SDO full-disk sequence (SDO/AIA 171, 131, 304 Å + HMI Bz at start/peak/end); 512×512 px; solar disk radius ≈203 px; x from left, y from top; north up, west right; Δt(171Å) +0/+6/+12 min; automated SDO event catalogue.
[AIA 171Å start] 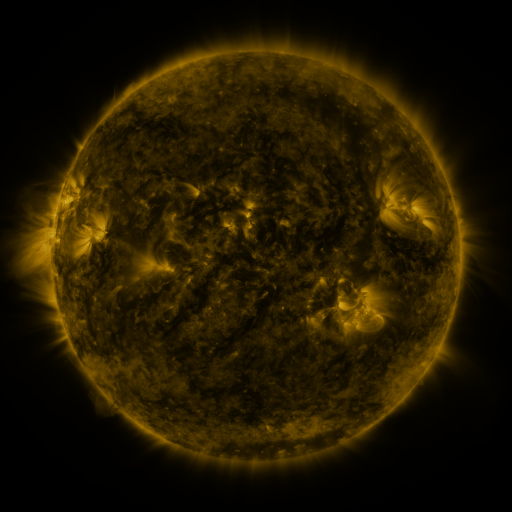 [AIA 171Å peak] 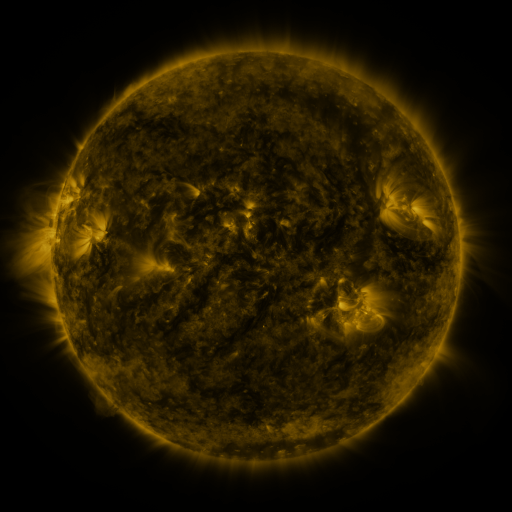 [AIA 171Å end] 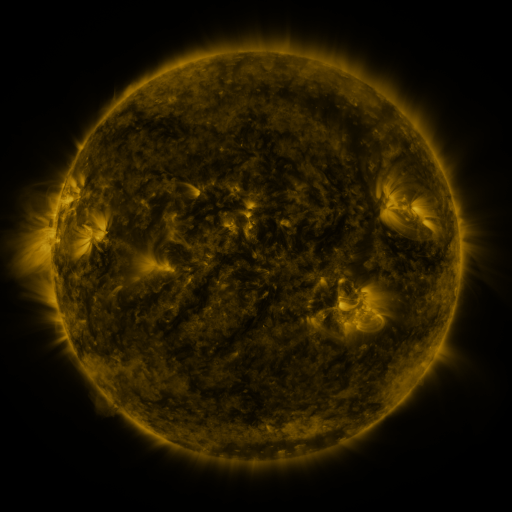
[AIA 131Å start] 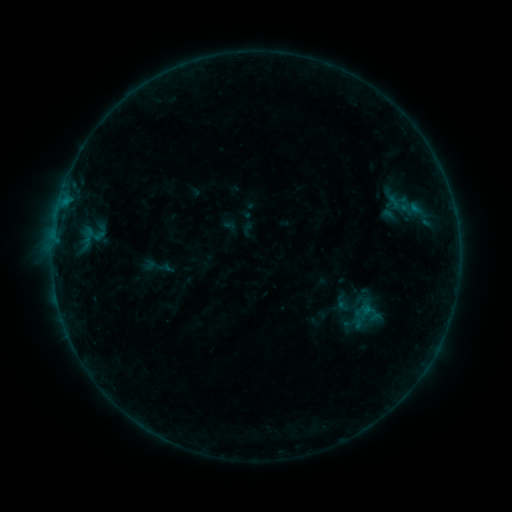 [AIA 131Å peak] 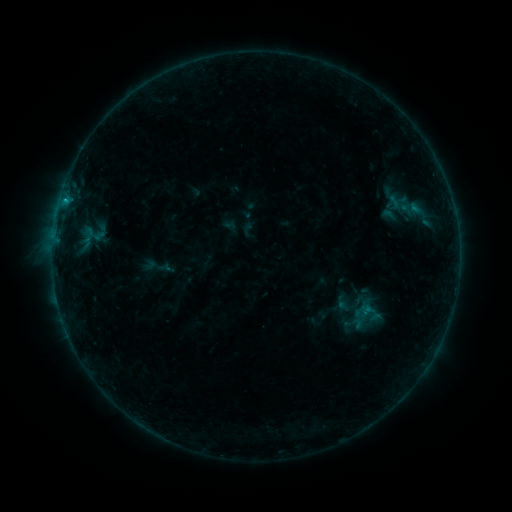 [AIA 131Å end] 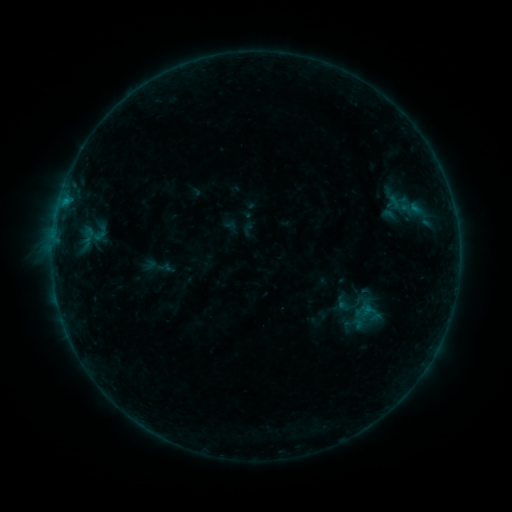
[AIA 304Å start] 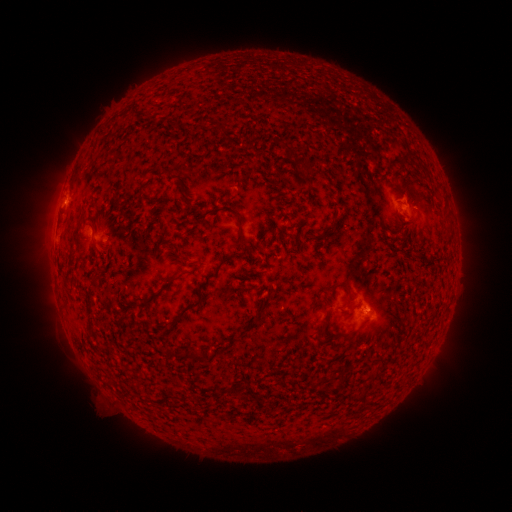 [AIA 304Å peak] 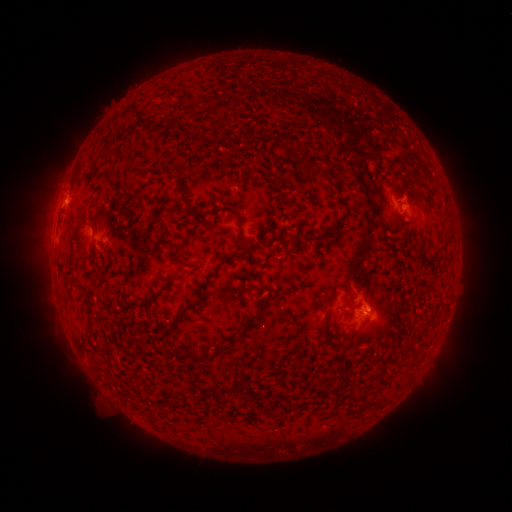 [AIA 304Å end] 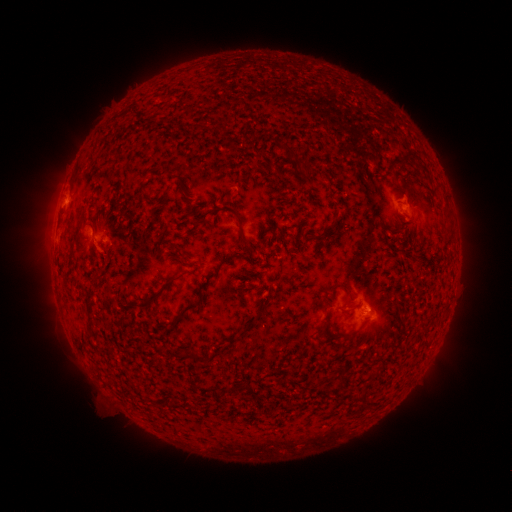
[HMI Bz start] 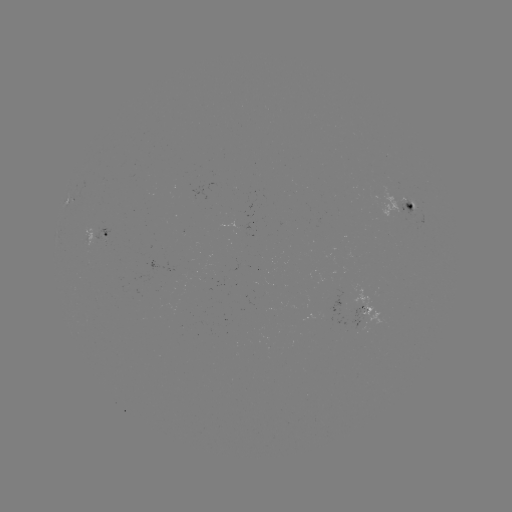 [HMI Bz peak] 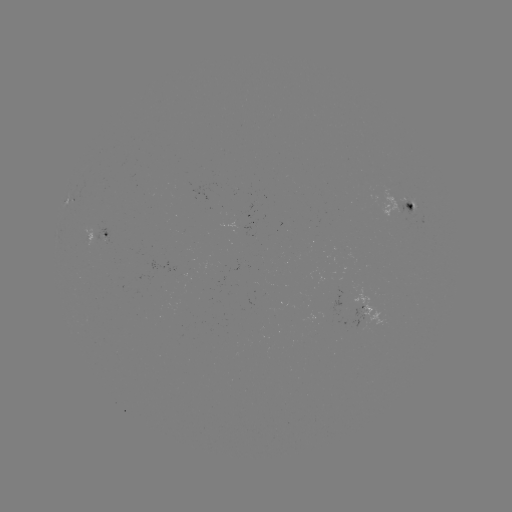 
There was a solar flare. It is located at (66, 201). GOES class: B3.6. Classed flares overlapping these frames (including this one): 1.